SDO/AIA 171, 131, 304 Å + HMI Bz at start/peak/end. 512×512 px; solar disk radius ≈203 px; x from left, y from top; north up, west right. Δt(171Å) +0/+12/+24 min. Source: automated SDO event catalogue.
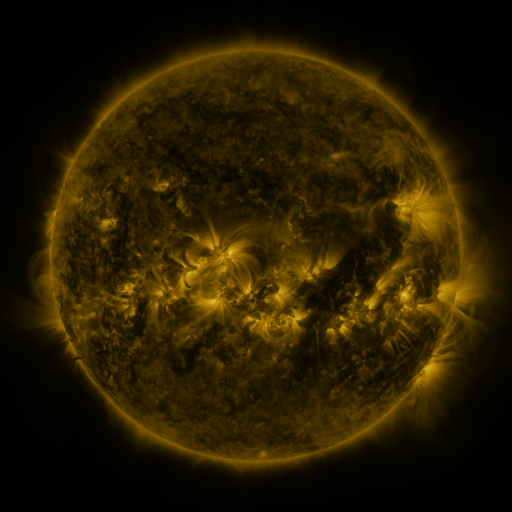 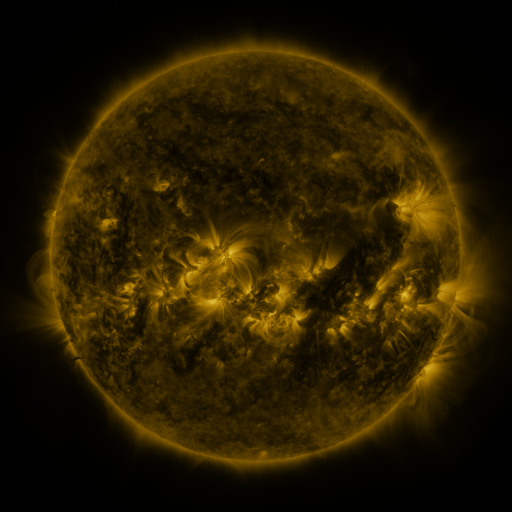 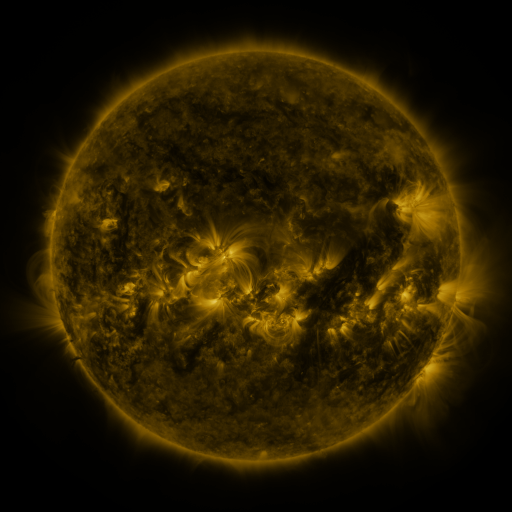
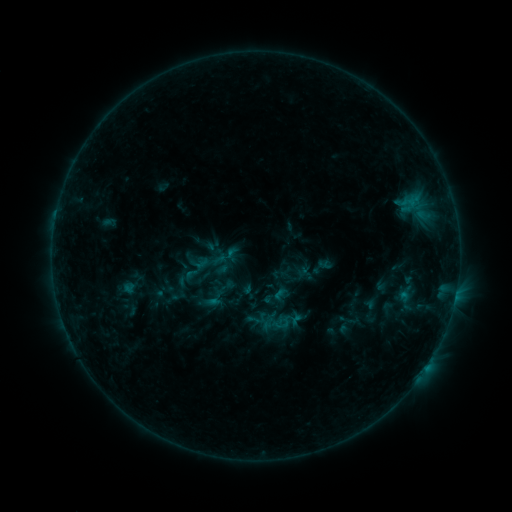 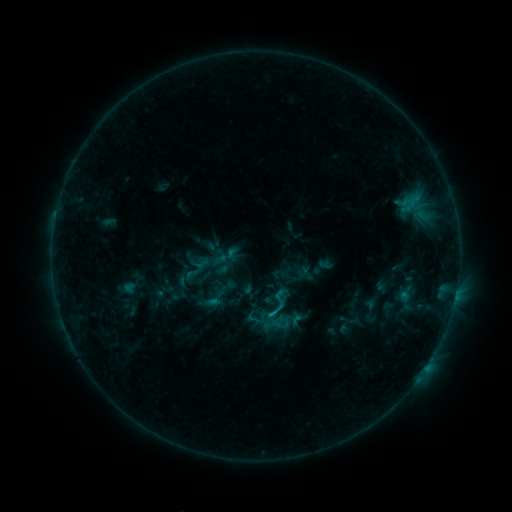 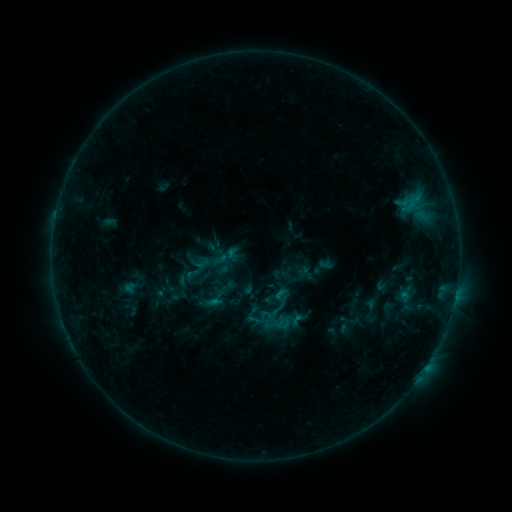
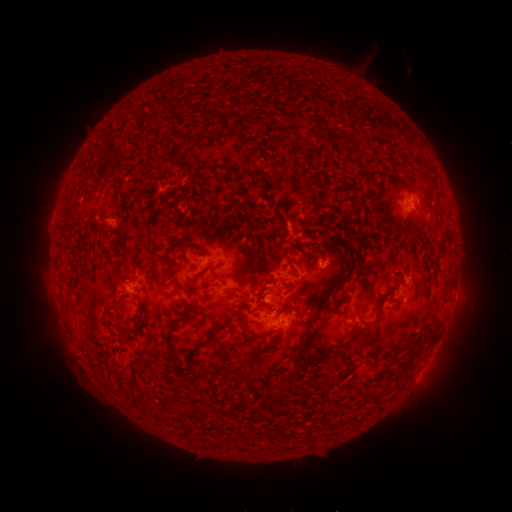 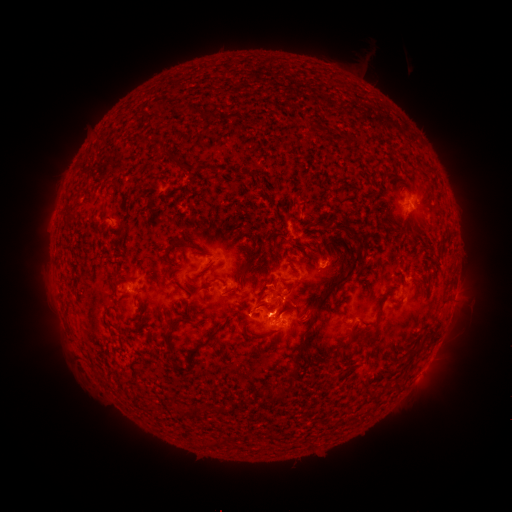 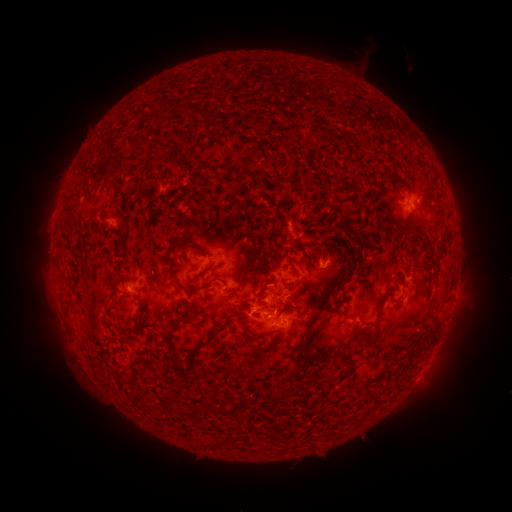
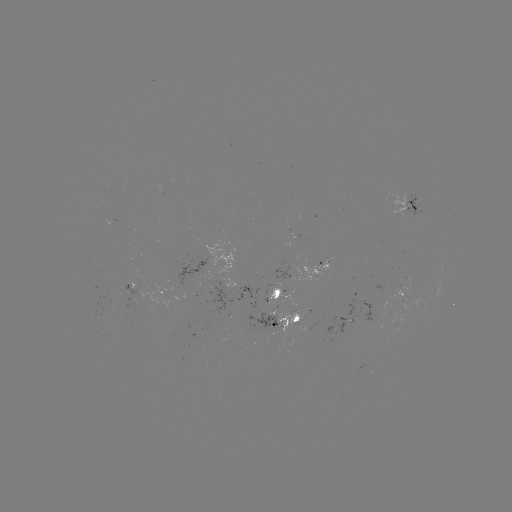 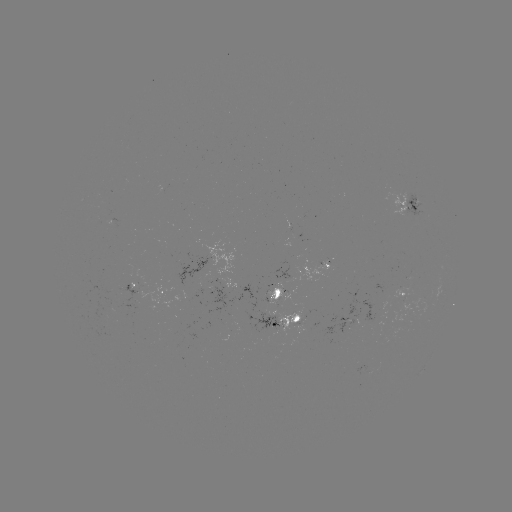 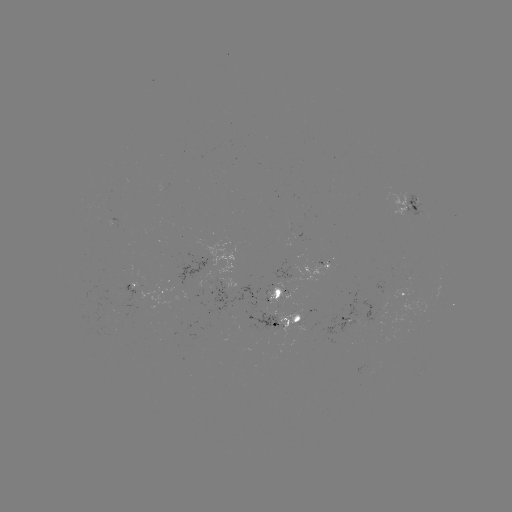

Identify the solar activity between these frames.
B6.8 flare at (269, 314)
